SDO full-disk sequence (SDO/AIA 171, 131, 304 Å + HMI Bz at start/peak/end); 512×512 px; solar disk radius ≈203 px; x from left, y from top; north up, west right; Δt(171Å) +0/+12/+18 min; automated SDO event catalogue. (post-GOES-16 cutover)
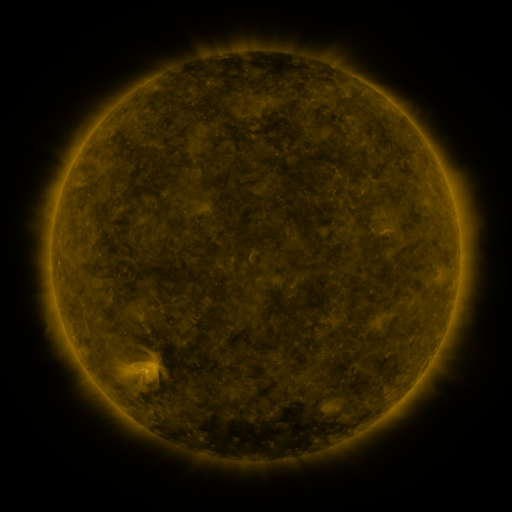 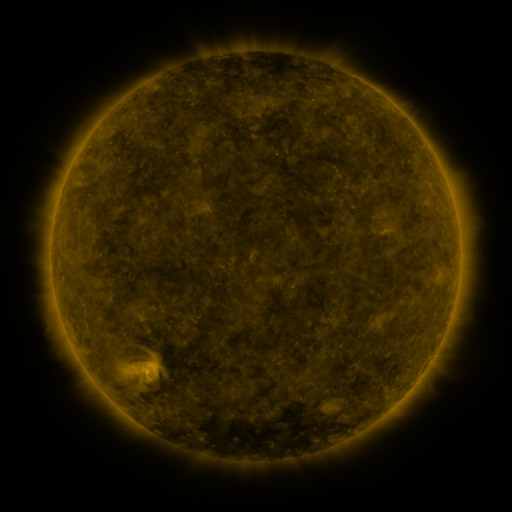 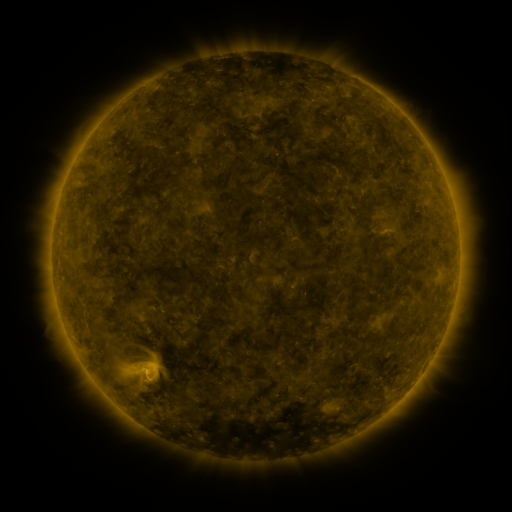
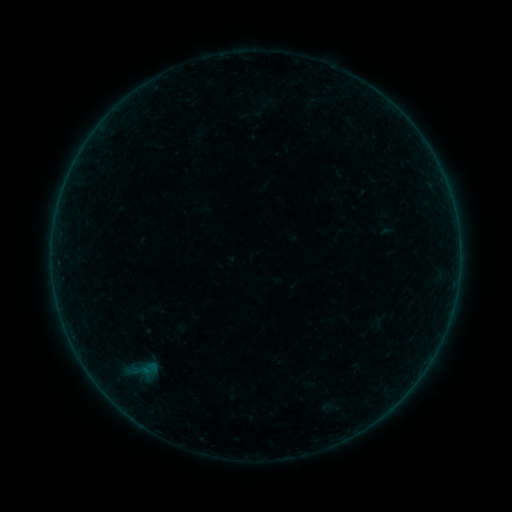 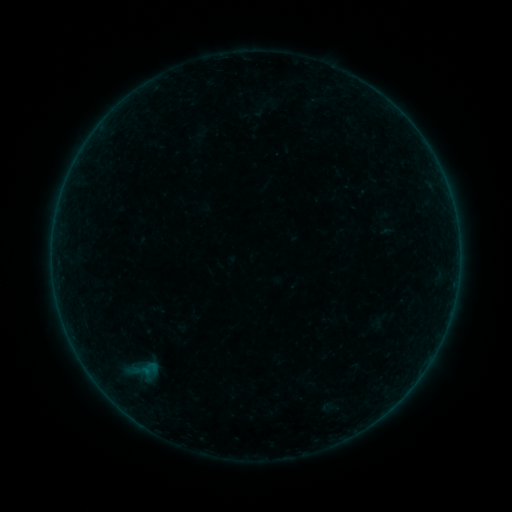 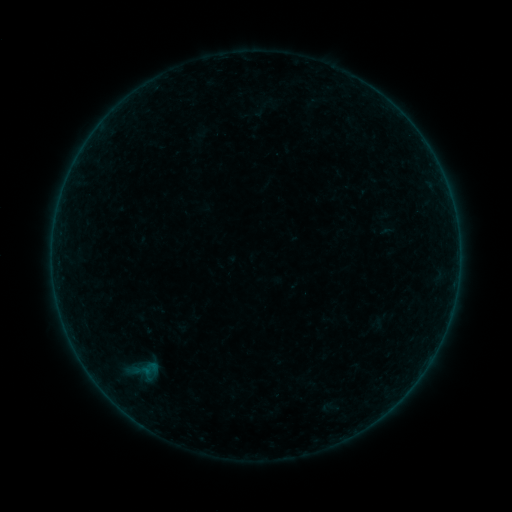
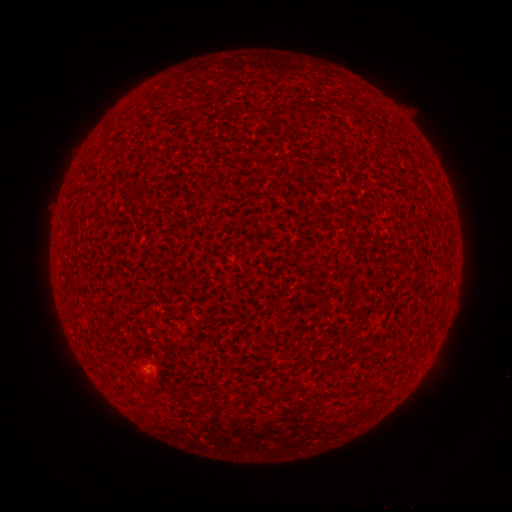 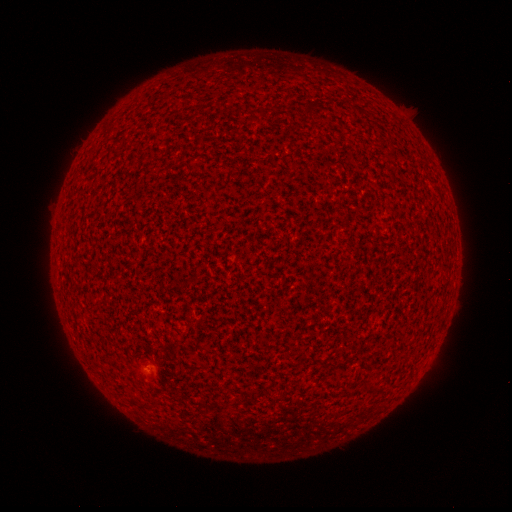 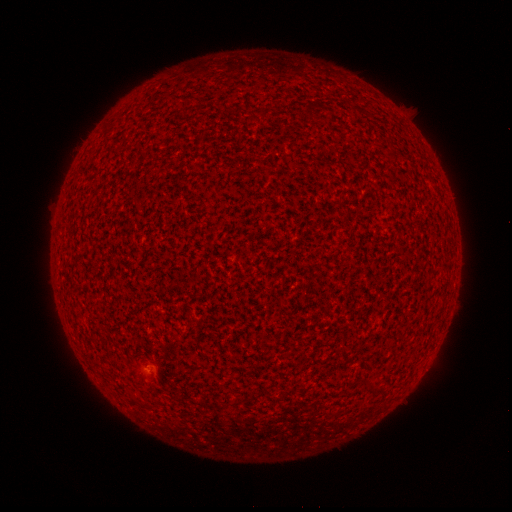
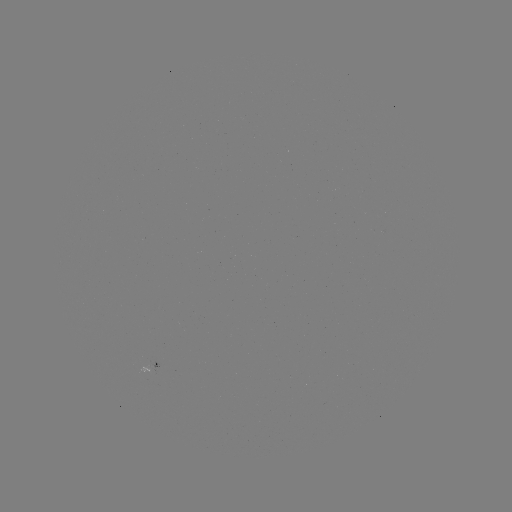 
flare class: A1.0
